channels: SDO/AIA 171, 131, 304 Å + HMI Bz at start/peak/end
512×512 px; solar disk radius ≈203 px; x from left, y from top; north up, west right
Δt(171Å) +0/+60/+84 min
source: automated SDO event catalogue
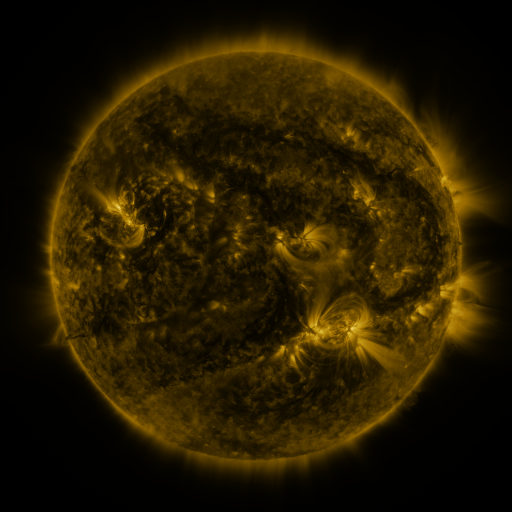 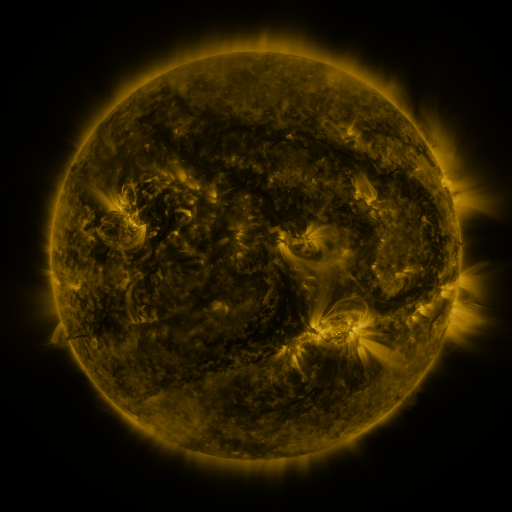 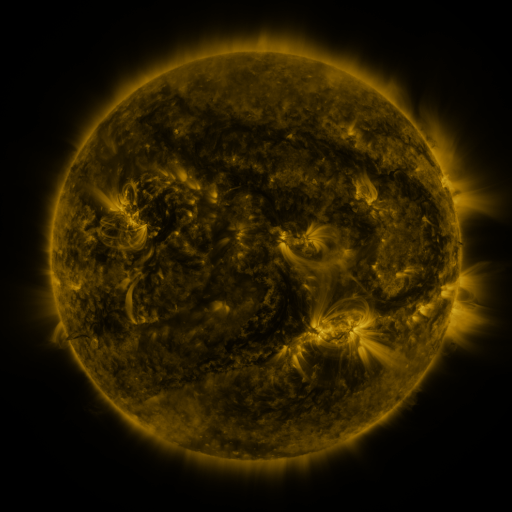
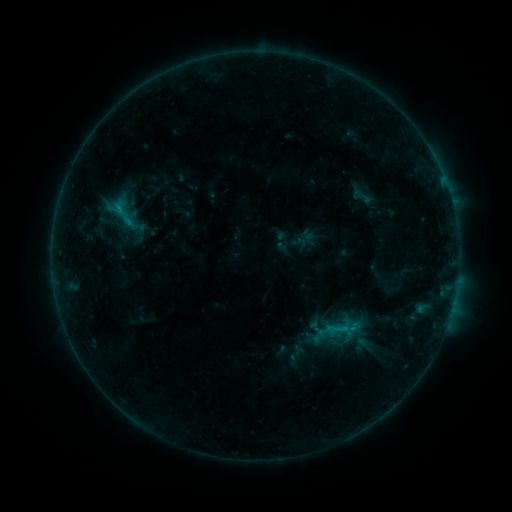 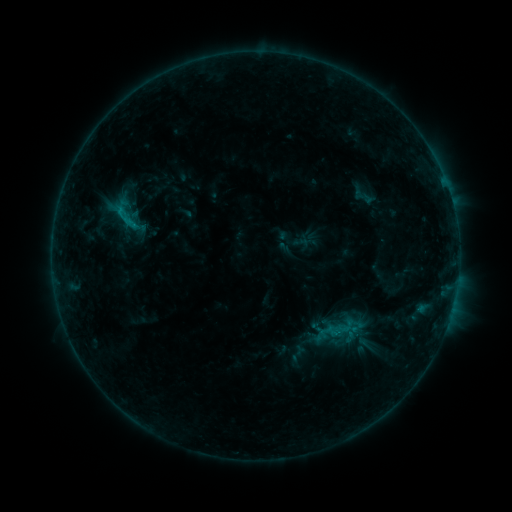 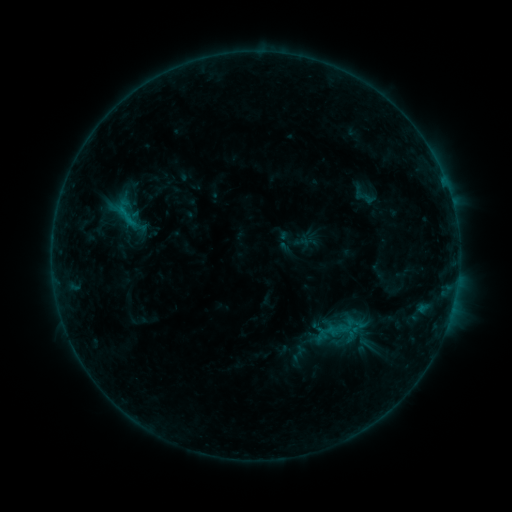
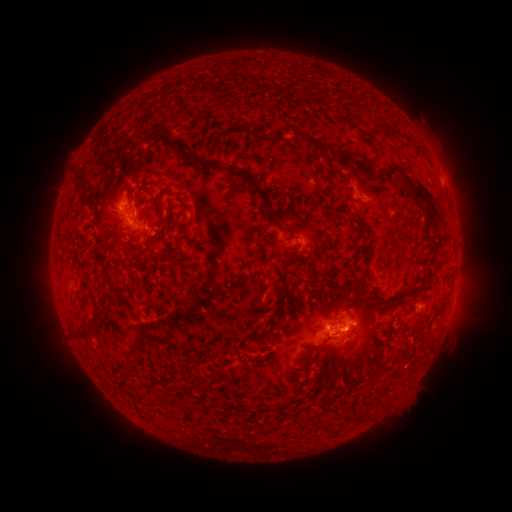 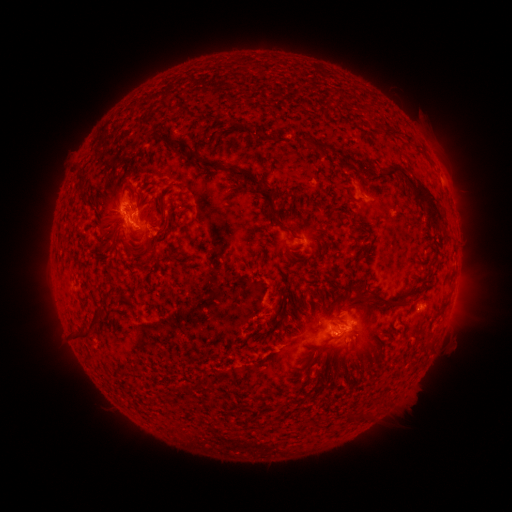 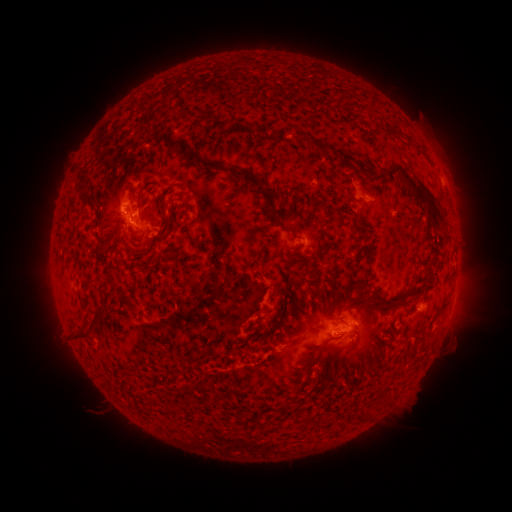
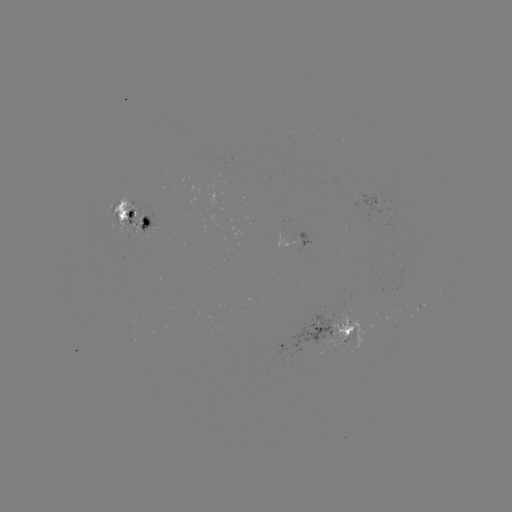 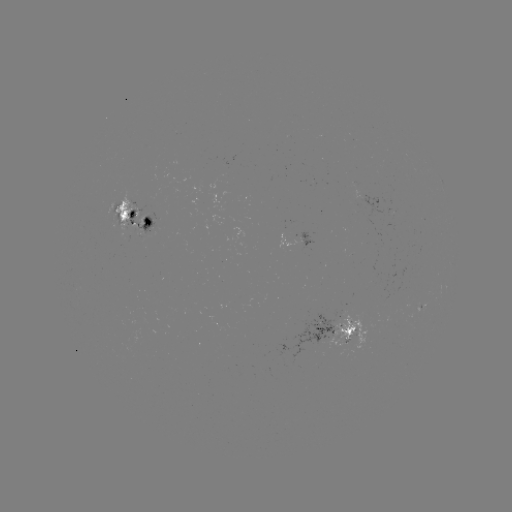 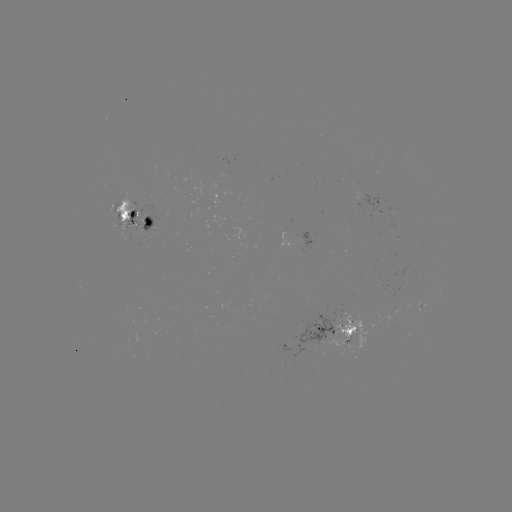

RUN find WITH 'emerging-flux region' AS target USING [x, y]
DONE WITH [350, 333] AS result